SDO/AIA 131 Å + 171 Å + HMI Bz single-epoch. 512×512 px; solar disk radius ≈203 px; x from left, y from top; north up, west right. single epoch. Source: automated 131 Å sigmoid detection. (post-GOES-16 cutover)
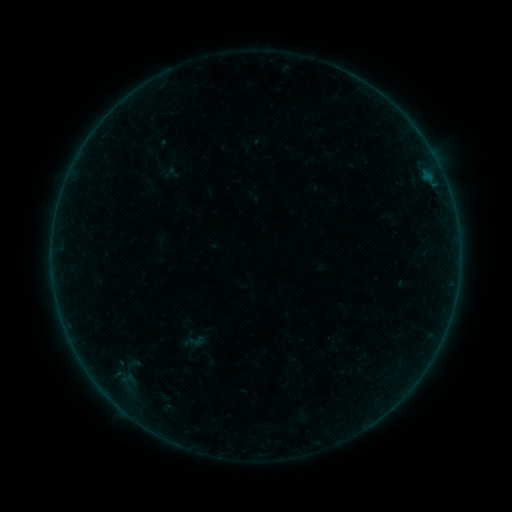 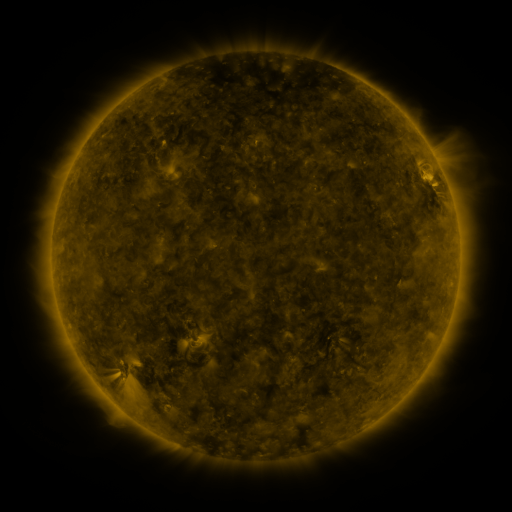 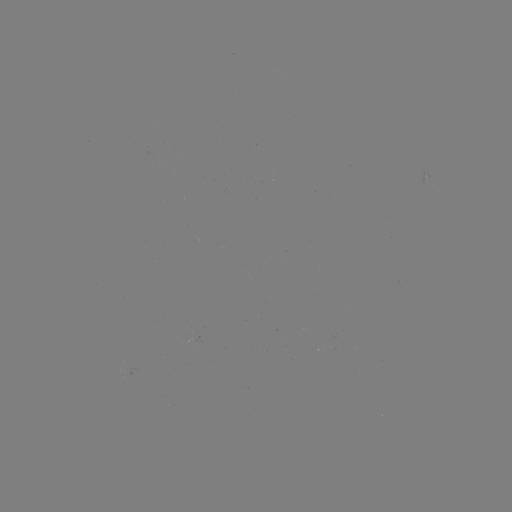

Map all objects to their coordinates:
sigmoid: (197, 341)
